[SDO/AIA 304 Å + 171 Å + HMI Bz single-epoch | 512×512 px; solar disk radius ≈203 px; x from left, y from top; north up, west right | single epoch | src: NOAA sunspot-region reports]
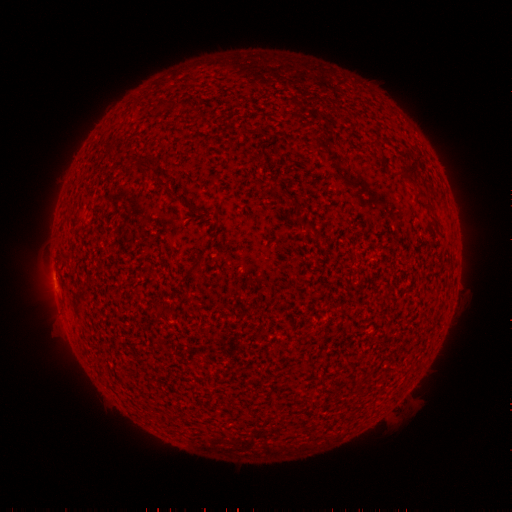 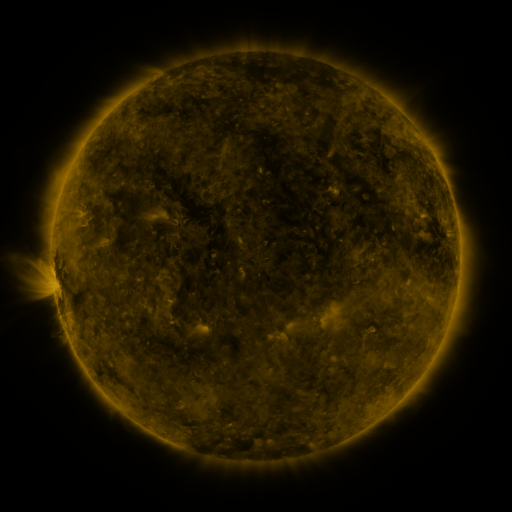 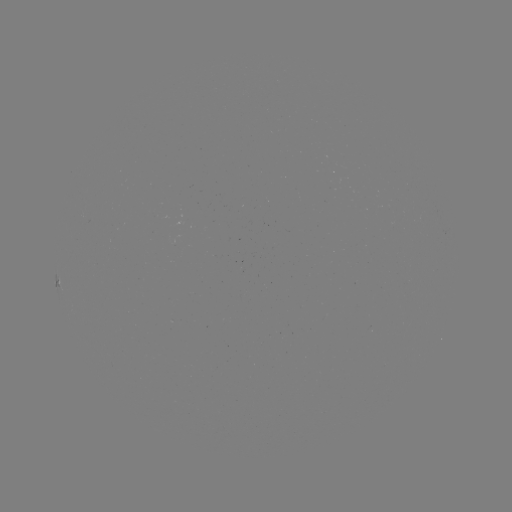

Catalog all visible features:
(none)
